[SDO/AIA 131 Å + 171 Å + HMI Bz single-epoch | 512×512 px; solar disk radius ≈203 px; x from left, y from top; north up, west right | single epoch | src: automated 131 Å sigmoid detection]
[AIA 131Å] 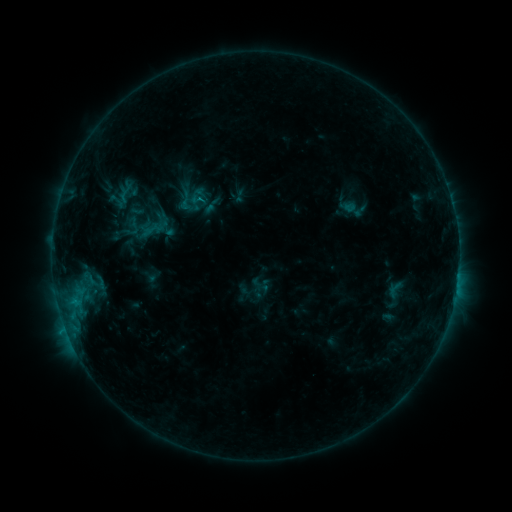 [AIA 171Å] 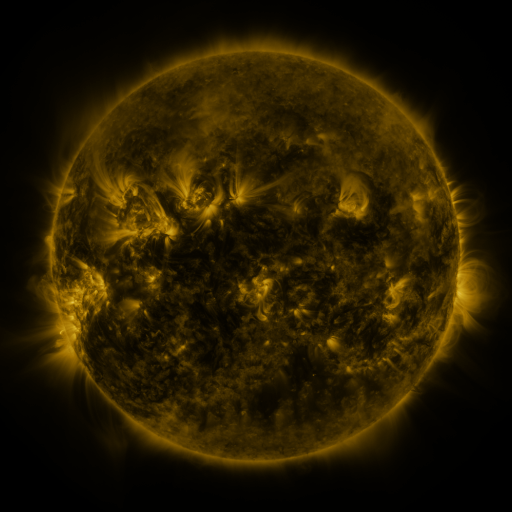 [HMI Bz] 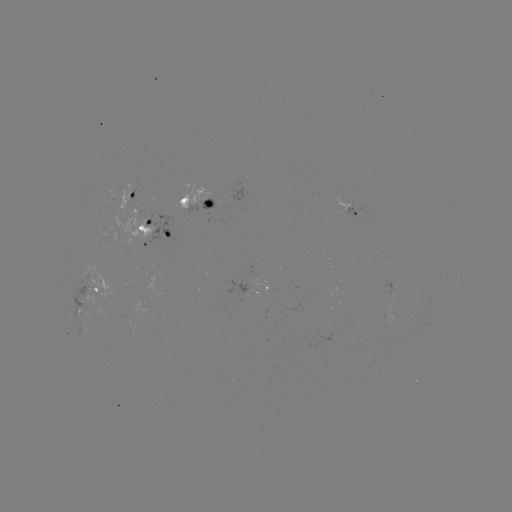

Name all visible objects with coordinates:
sigmoid: [115, 183, 136, 204]
sigmoid: [180, 197, 199, 216]
sigmoid: [385, 278, 406, 301]
